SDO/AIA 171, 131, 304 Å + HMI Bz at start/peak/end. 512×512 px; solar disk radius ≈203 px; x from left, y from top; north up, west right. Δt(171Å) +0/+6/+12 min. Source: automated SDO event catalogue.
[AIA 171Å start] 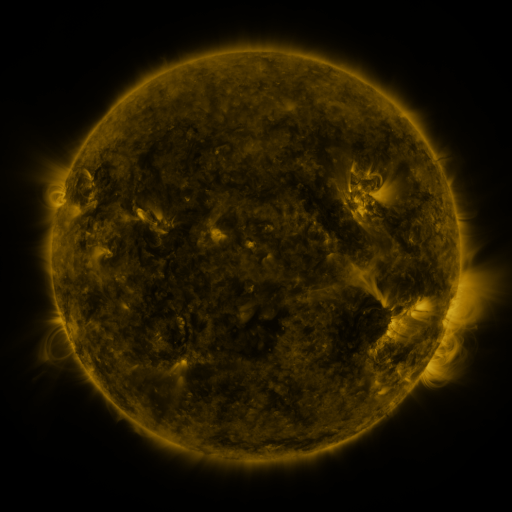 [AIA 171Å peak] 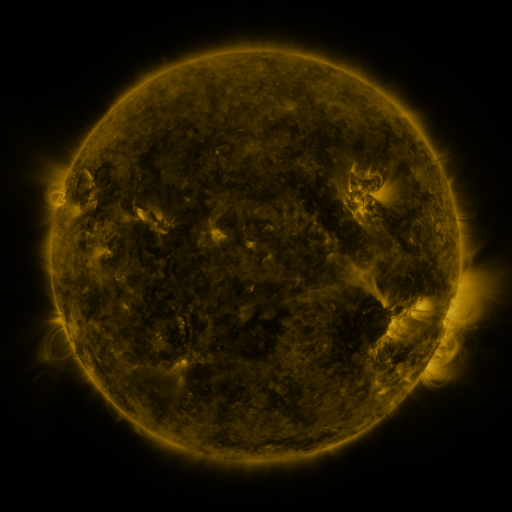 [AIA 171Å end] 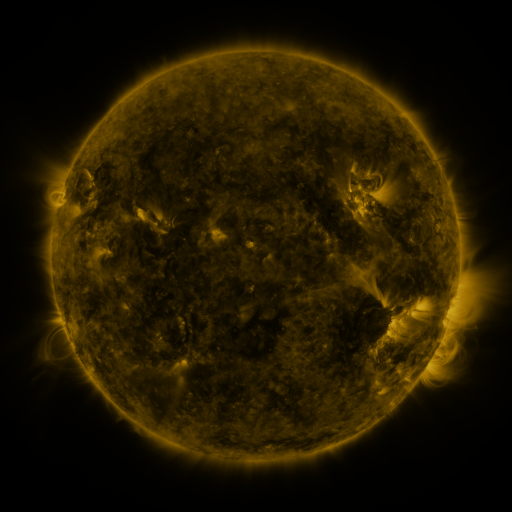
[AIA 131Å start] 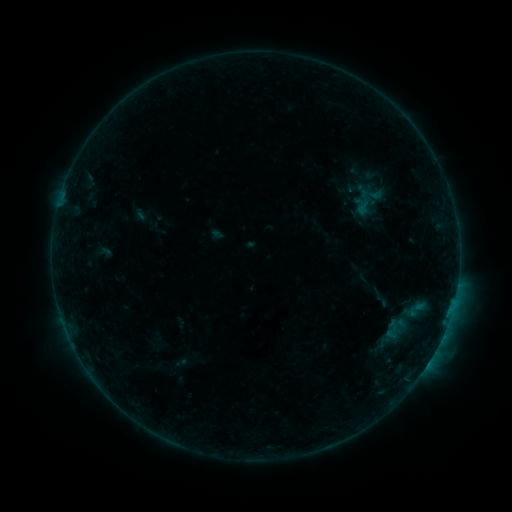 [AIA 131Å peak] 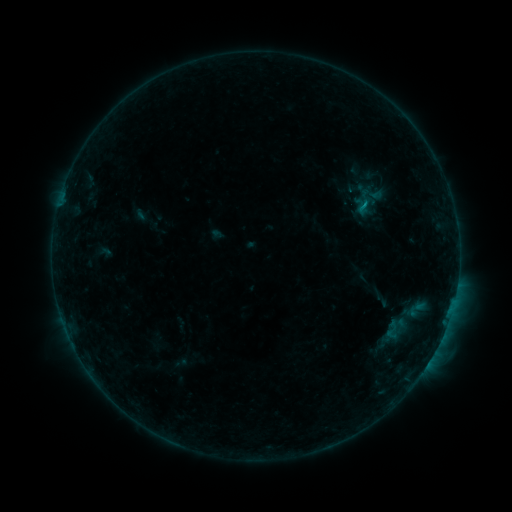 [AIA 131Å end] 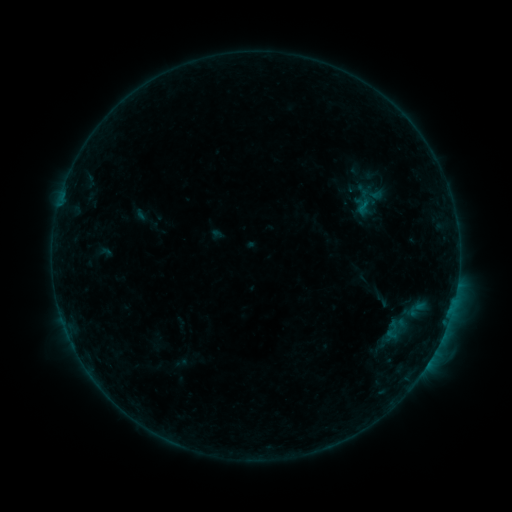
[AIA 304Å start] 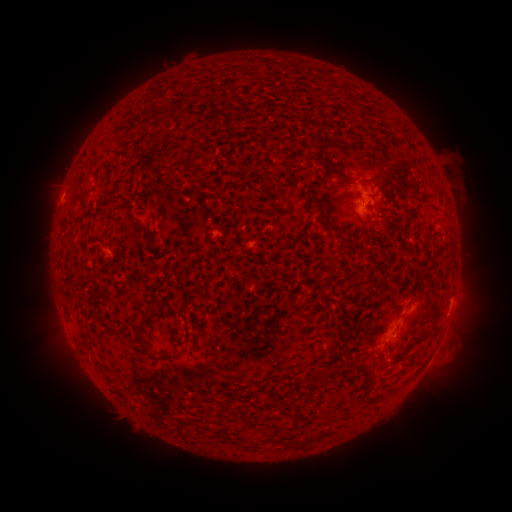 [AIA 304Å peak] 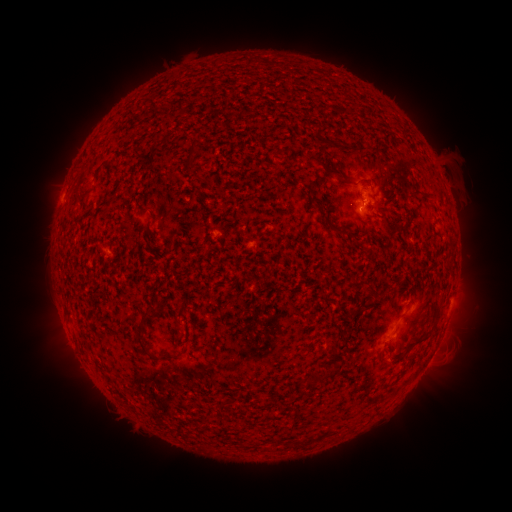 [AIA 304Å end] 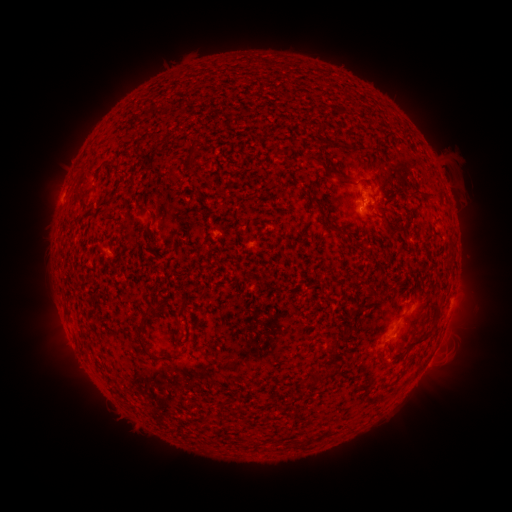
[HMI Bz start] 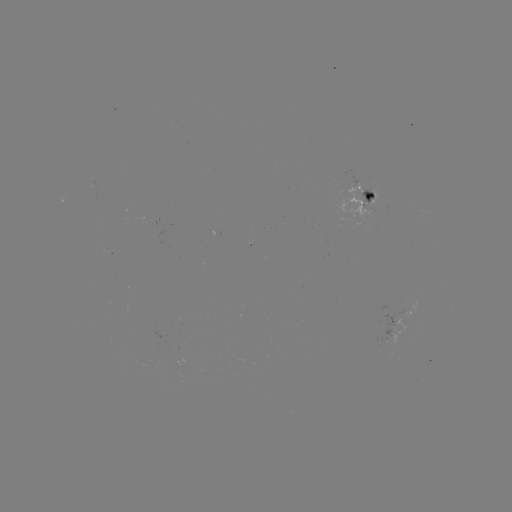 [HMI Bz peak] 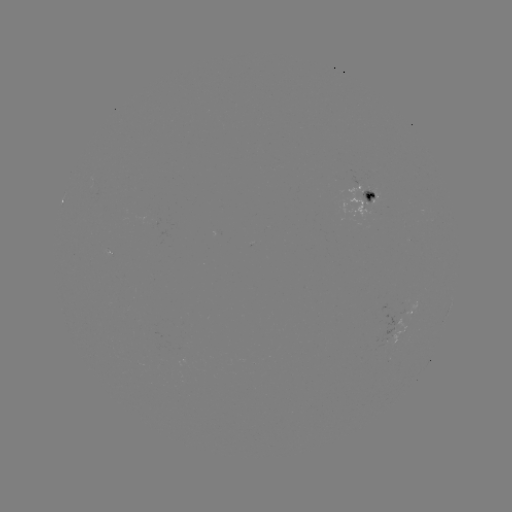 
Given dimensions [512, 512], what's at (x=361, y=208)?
B3.2 flare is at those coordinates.